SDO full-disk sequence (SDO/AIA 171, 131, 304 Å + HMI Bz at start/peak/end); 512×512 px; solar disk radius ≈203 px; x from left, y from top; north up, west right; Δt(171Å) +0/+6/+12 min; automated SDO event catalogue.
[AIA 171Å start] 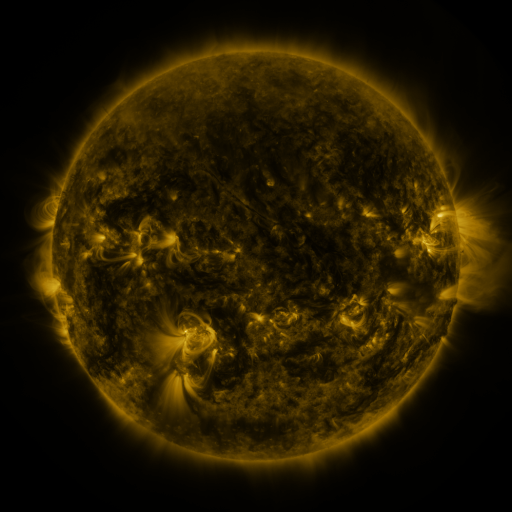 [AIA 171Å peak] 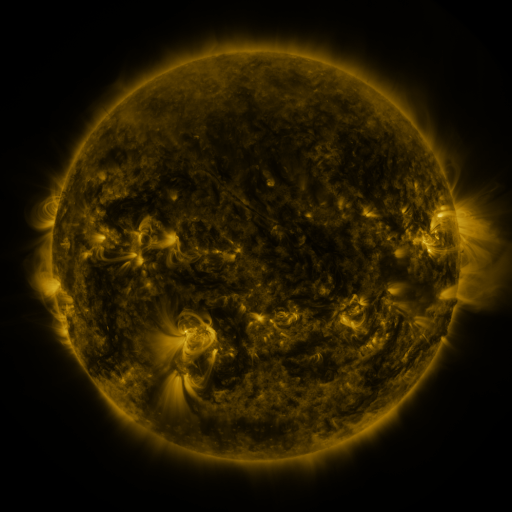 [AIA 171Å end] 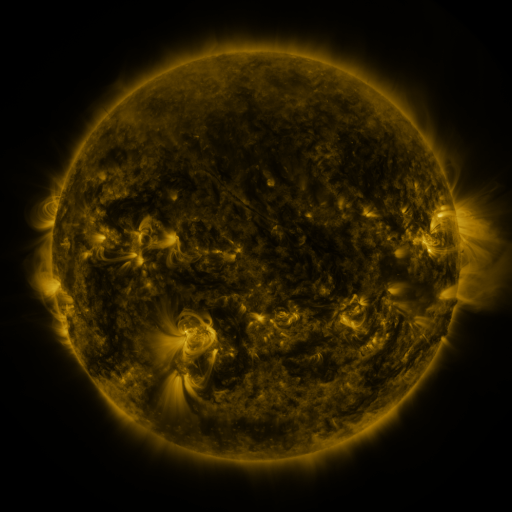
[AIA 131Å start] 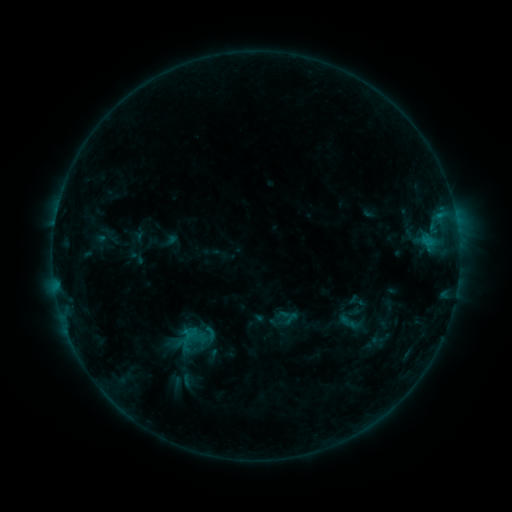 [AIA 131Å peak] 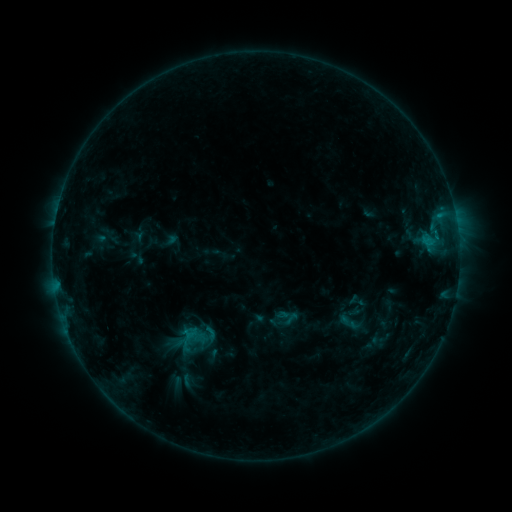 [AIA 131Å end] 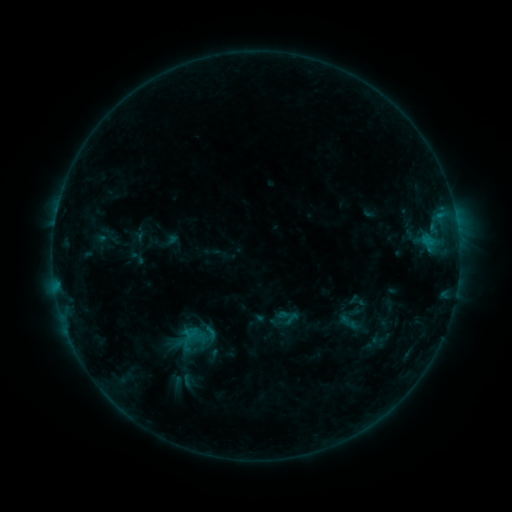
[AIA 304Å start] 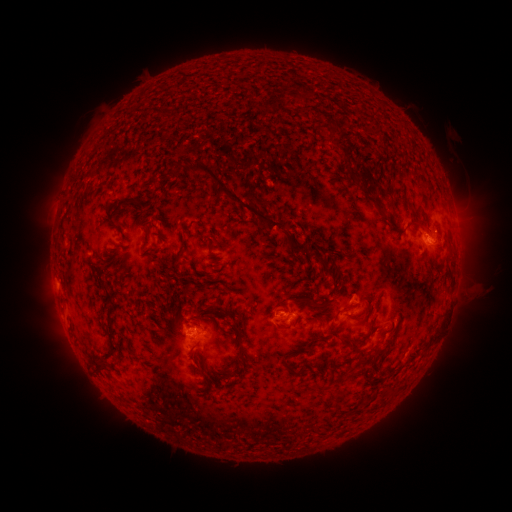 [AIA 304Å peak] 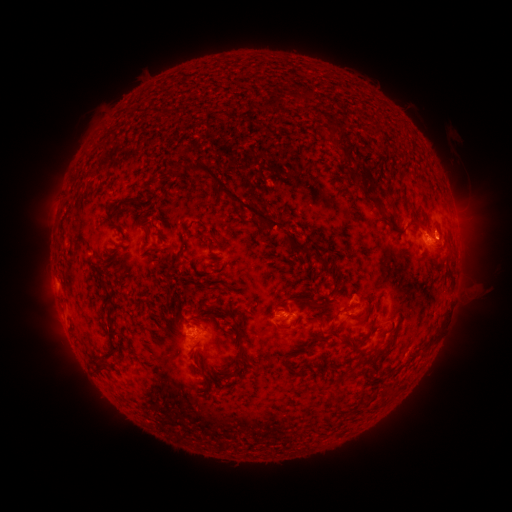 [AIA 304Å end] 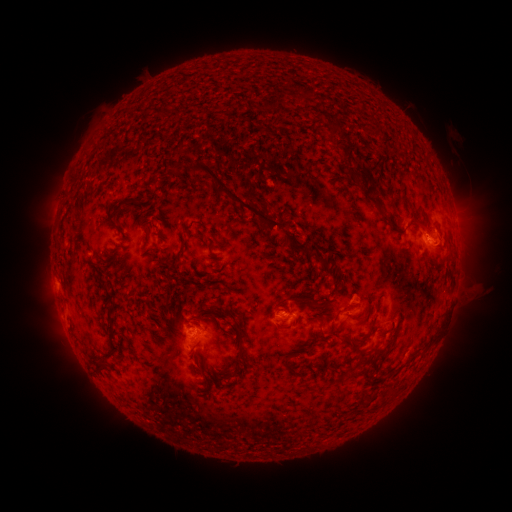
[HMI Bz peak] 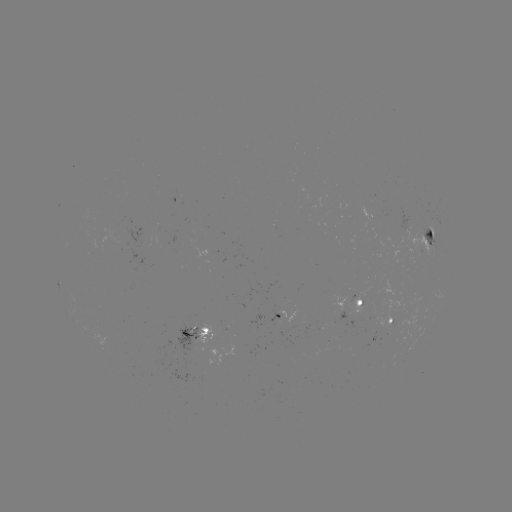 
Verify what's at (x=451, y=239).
eruption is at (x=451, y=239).